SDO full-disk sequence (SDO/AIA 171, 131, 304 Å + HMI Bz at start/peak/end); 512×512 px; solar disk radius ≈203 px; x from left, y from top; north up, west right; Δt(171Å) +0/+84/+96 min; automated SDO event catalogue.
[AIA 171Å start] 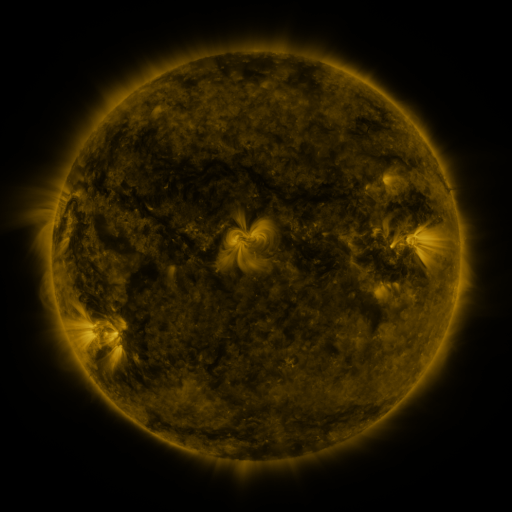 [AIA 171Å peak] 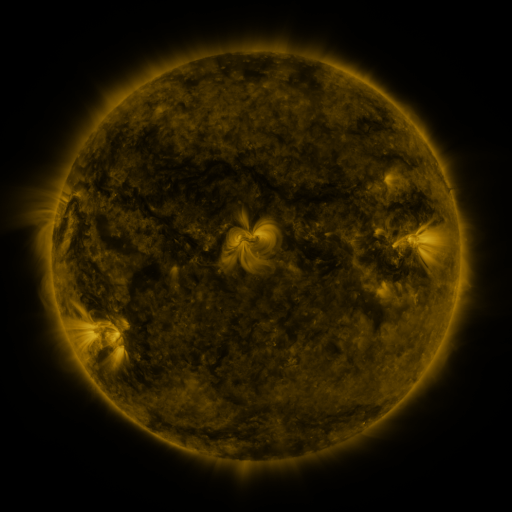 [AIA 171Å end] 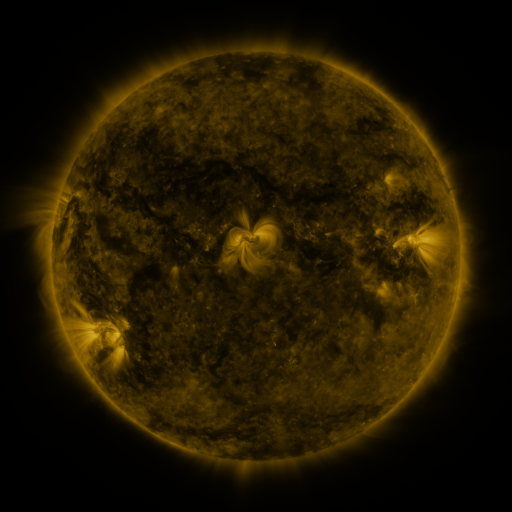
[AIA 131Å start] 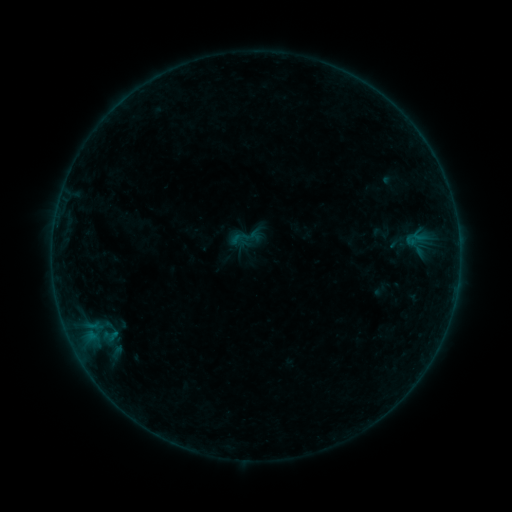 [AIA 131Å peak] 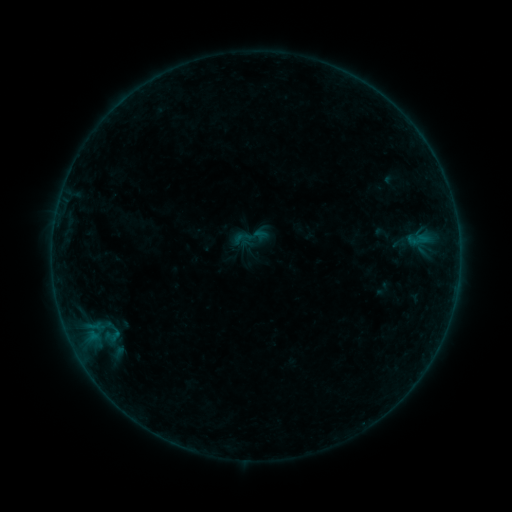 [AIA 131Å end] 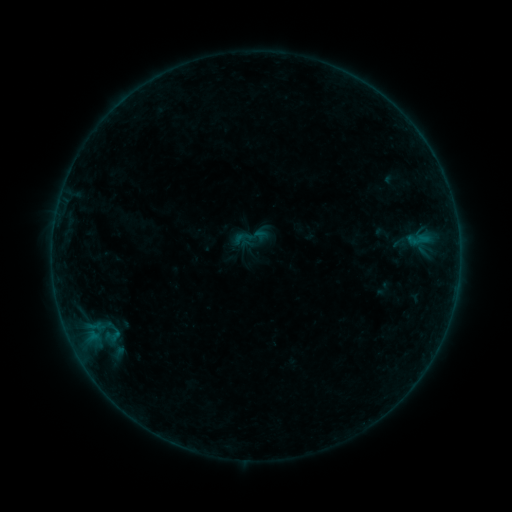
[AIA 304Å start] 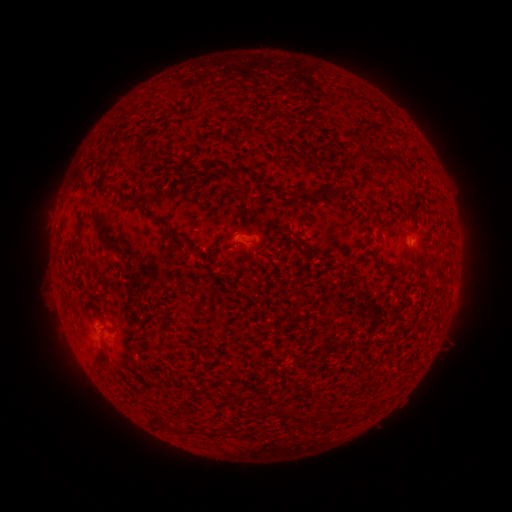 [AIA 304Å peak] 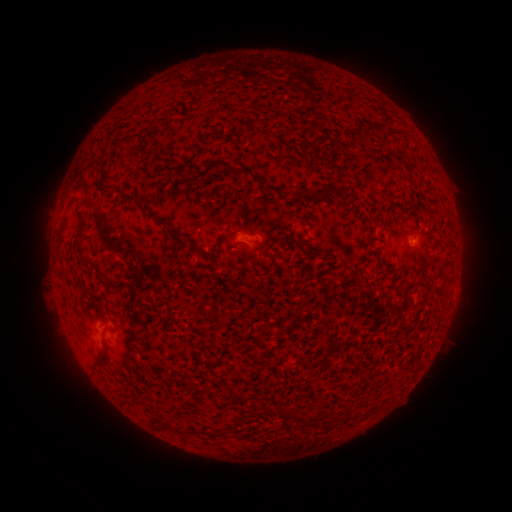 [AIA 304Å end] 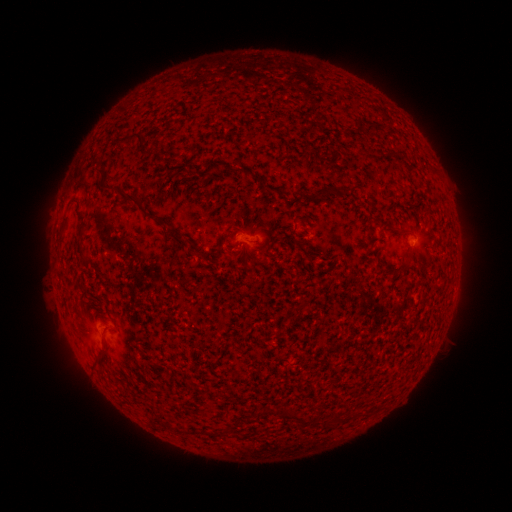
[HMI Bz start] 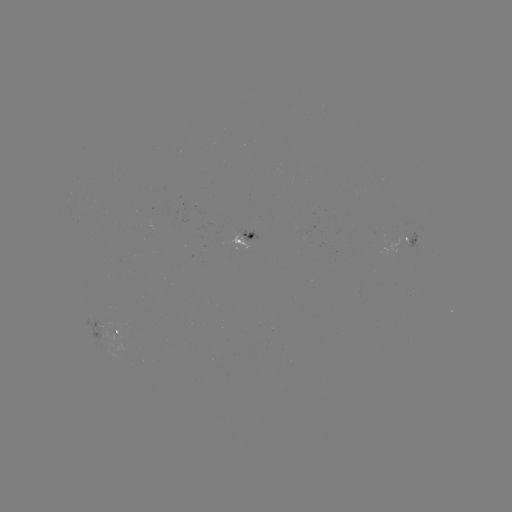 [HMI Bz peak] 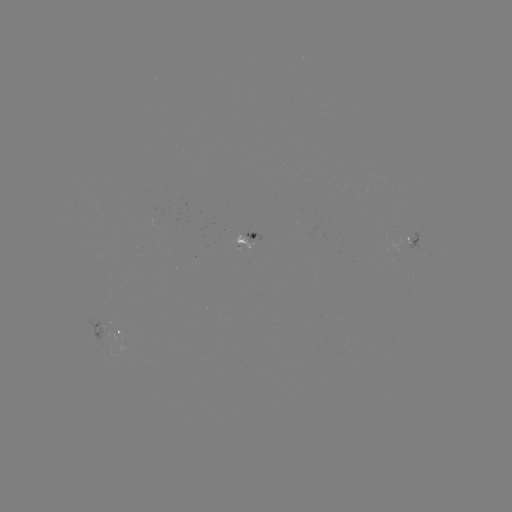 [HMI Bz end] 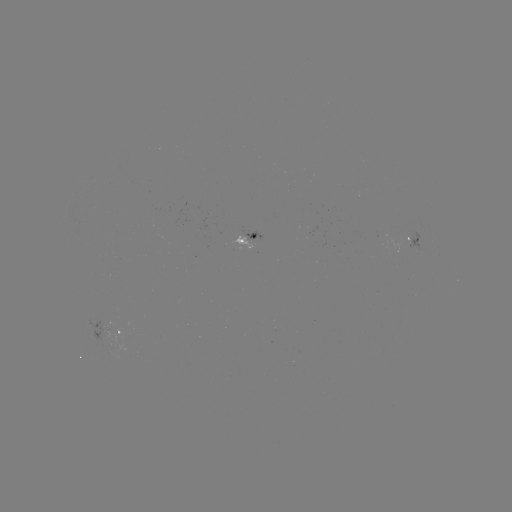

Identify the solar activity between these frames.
emerging-flux region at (103, 332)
